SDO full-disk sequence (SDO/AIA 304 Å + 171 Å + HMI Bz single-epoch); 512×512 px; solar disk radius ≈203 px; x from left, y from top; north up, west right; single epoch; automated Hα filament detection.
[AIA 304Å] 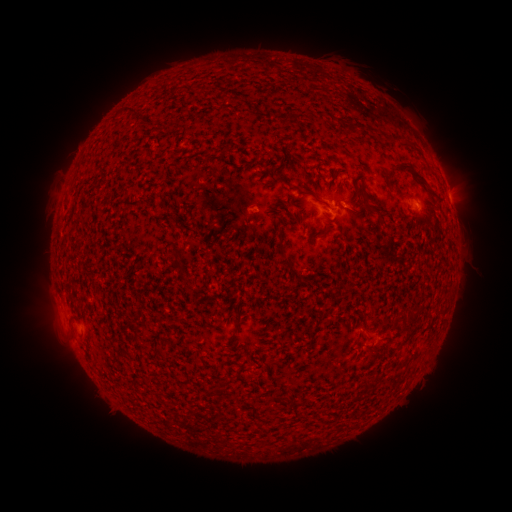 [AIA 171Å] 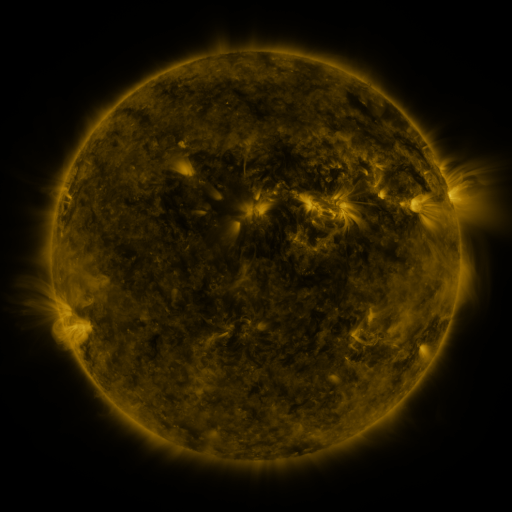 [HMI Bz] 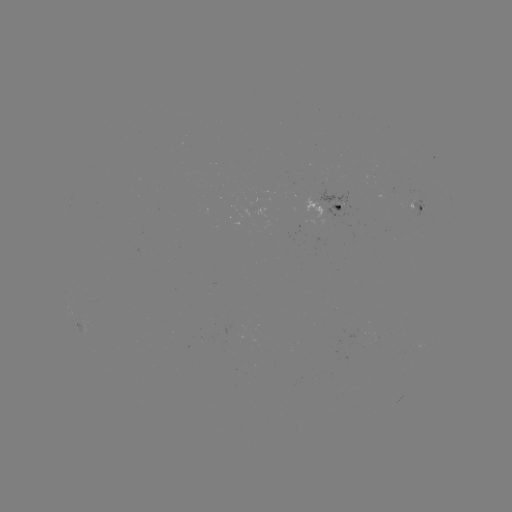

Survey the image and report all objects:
filament: [388, 162, 440, 201]
filament: [275, 176, 288, 185]
filament: [362, 192, 369, 210]
filament: [376, 213, 384, 227]
filament: [176, 246, 186, 255]
filament: [277, 246, 293, 270]
filament: [233, 318, 242, 325]
